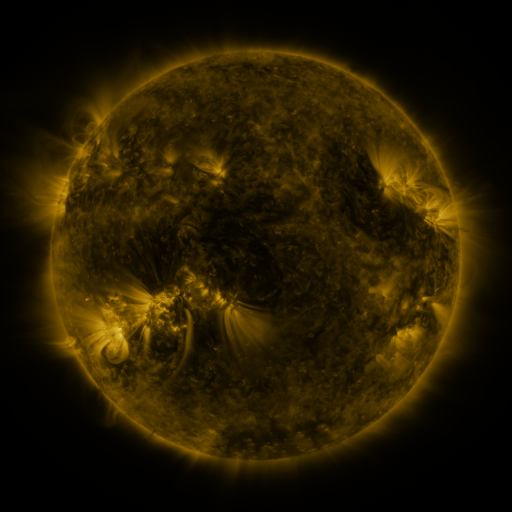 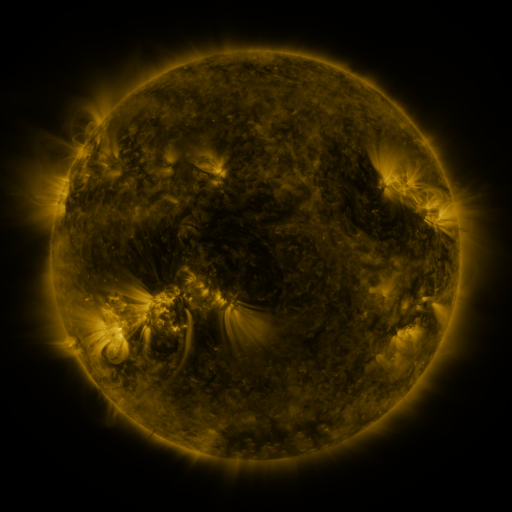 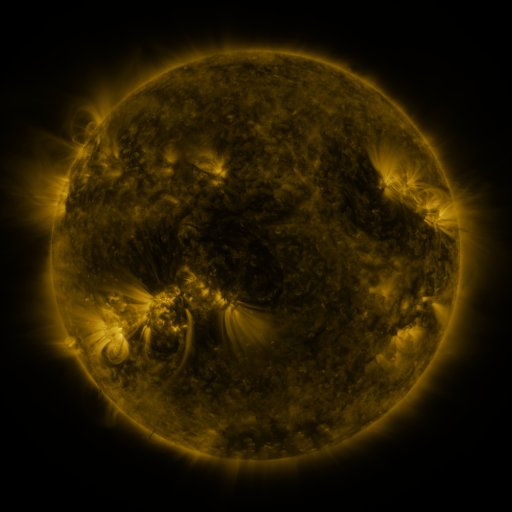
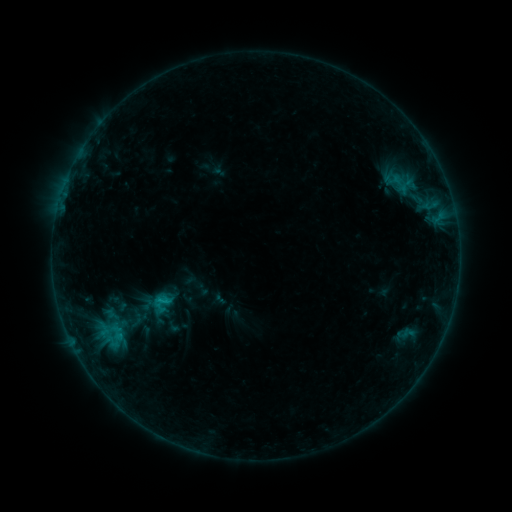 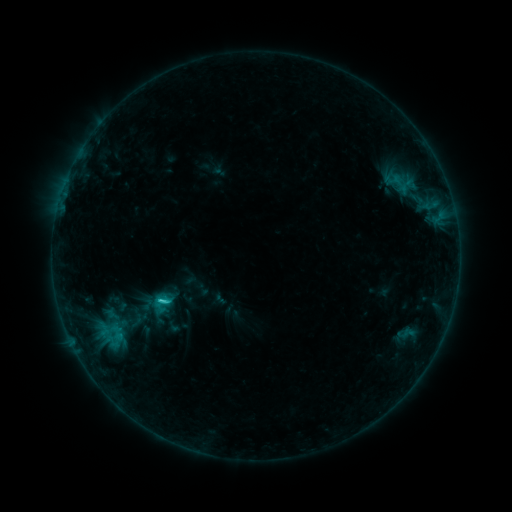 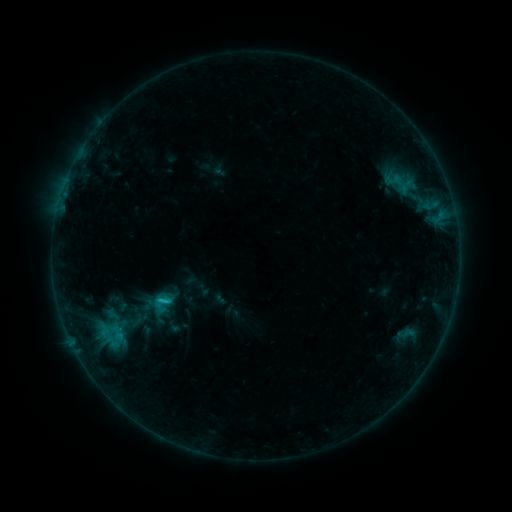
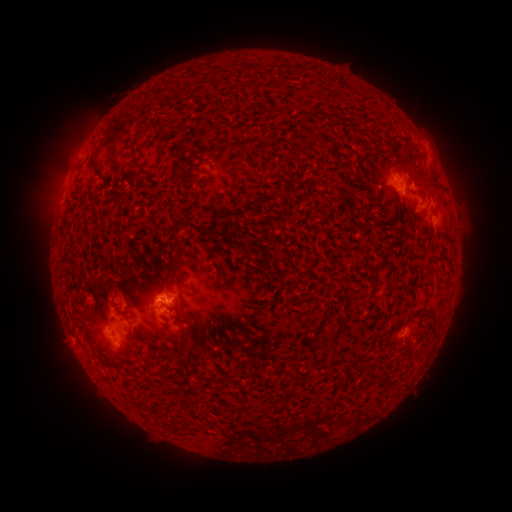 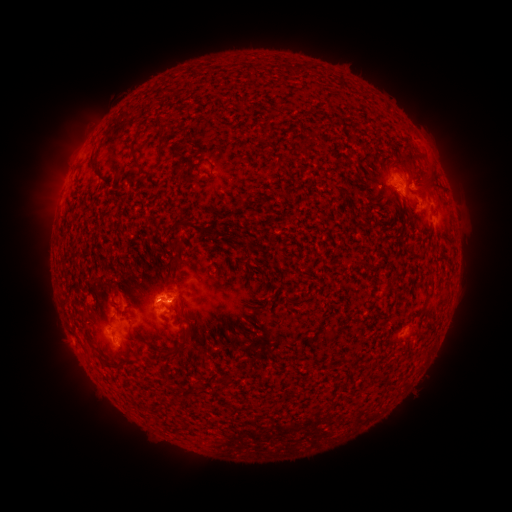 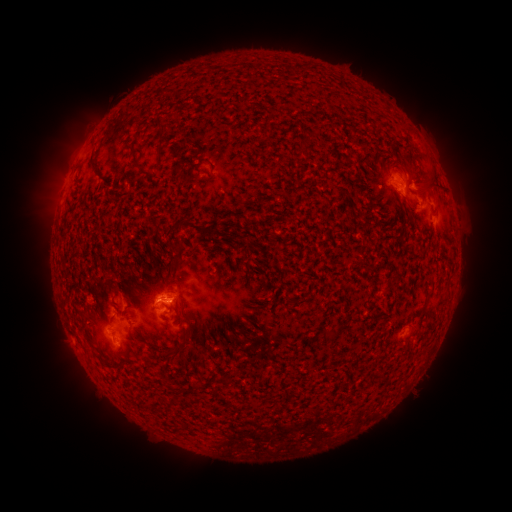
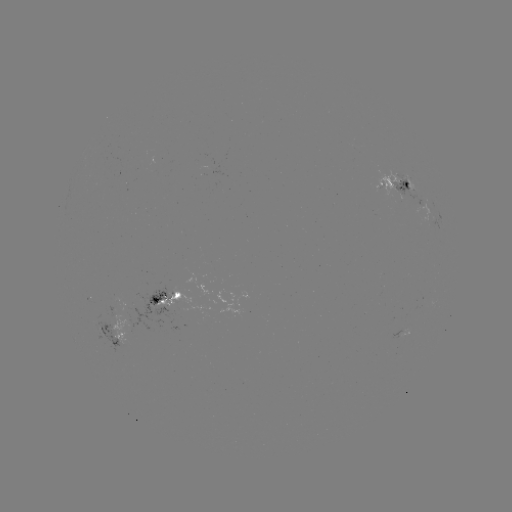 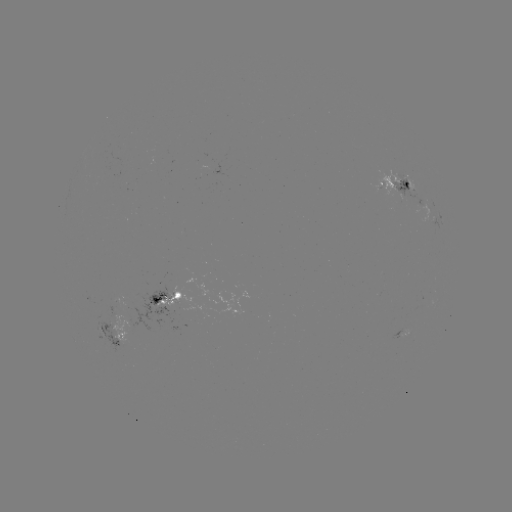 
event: flare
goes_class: C1.3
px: (164, 300)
